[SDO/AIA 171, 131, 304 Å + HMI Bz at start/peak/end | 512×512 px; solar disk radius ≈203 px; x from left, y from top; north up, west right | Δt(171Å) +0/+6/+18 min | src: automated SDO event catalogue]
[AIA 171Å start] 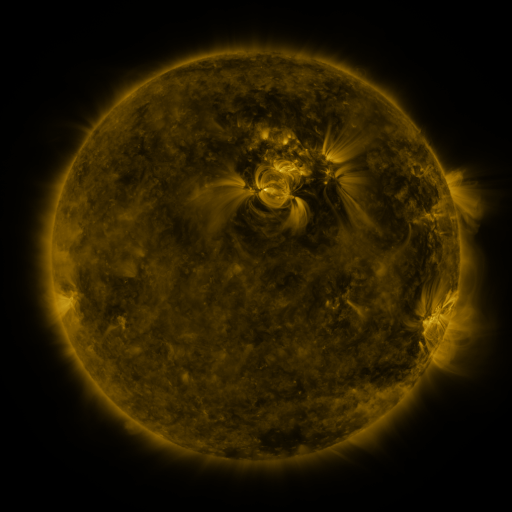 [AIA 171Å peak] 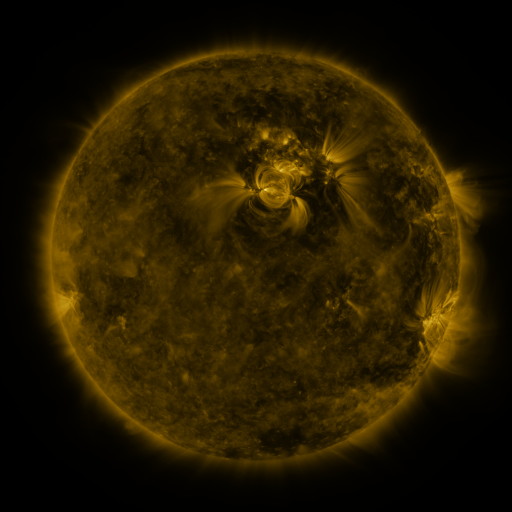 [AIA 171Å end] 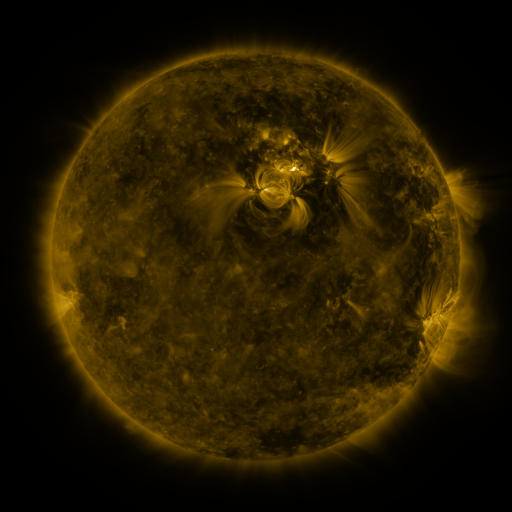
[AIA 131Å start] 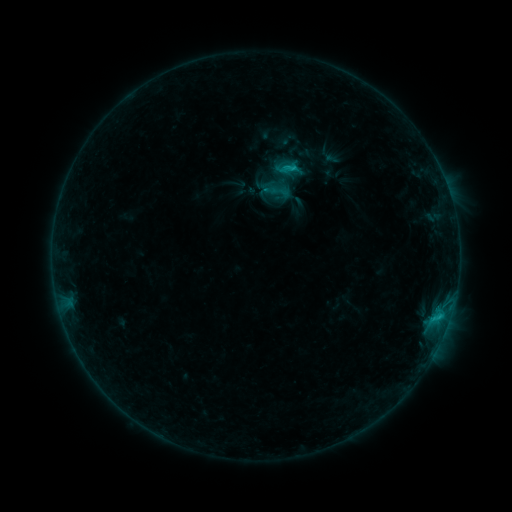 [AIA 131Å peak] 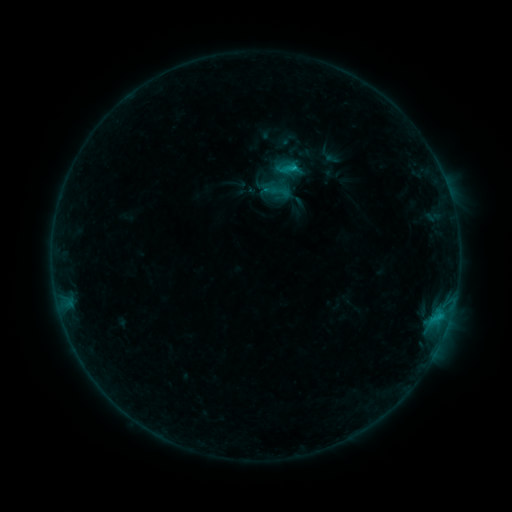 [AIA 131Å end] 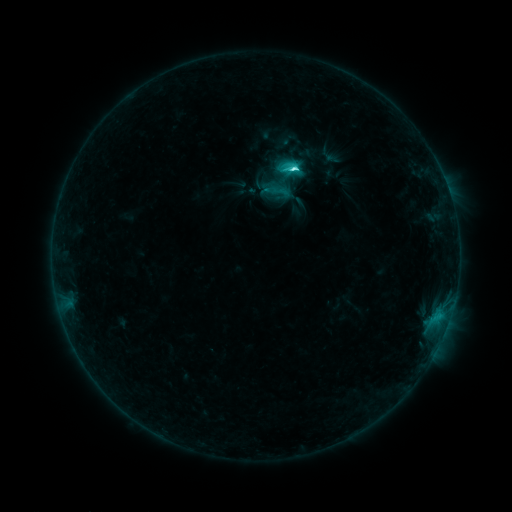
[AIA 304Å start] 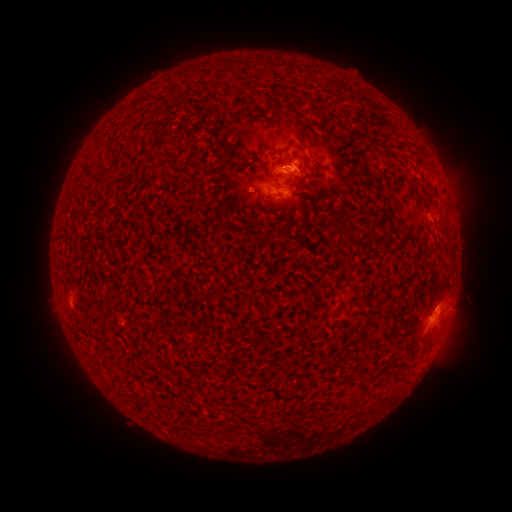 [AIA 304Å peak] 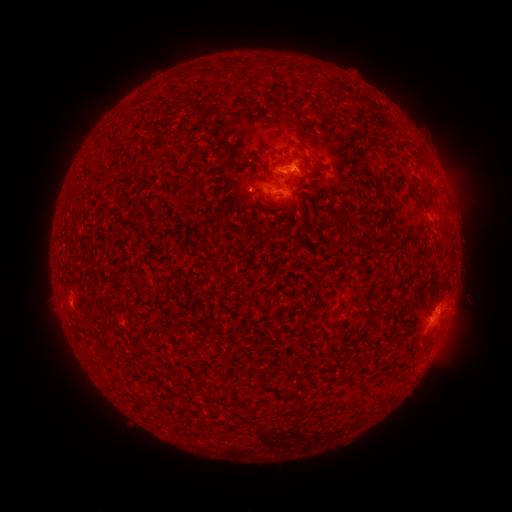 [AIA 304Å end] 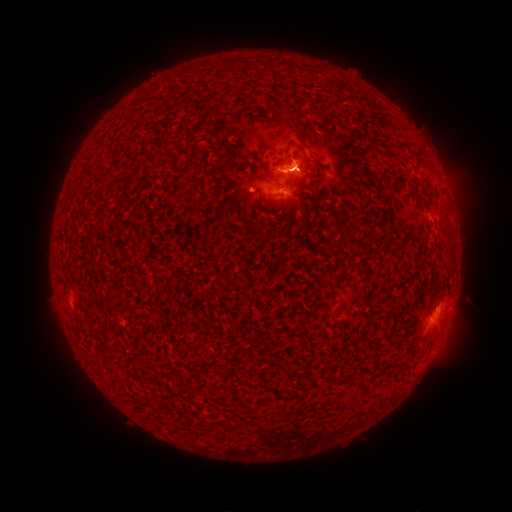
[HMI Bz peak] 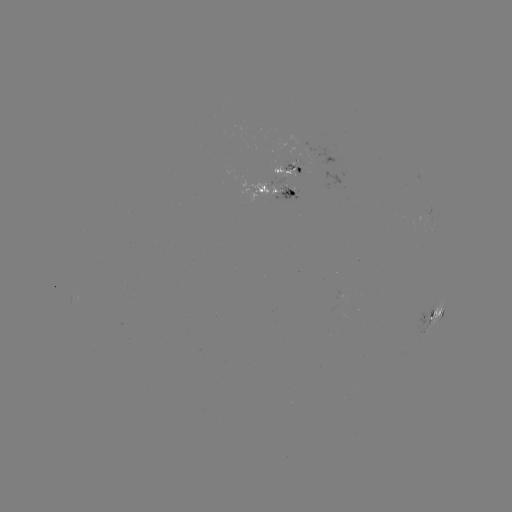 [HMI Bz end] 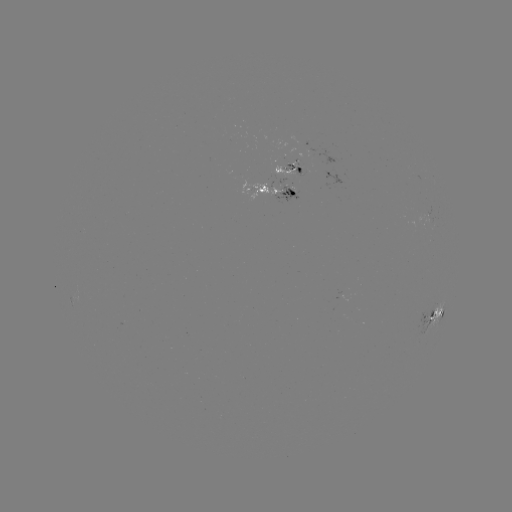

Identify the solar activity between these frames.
C8.5 flare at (228, 170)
